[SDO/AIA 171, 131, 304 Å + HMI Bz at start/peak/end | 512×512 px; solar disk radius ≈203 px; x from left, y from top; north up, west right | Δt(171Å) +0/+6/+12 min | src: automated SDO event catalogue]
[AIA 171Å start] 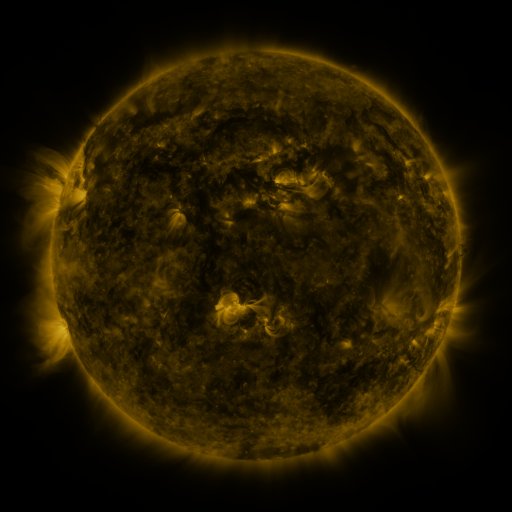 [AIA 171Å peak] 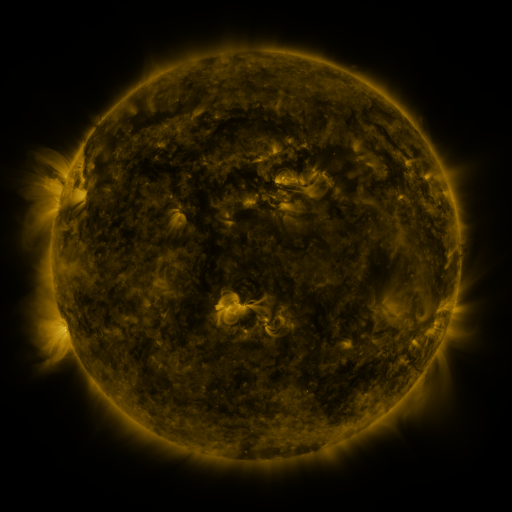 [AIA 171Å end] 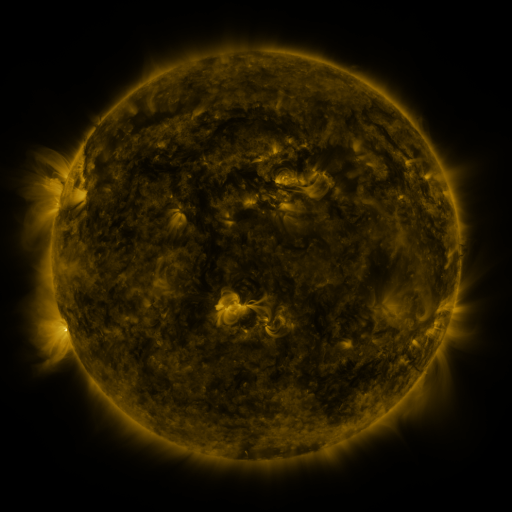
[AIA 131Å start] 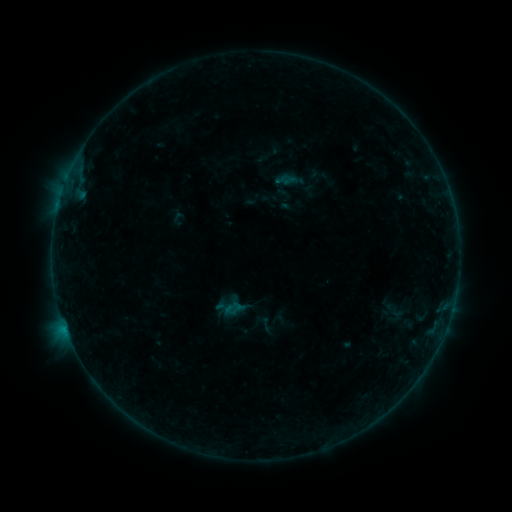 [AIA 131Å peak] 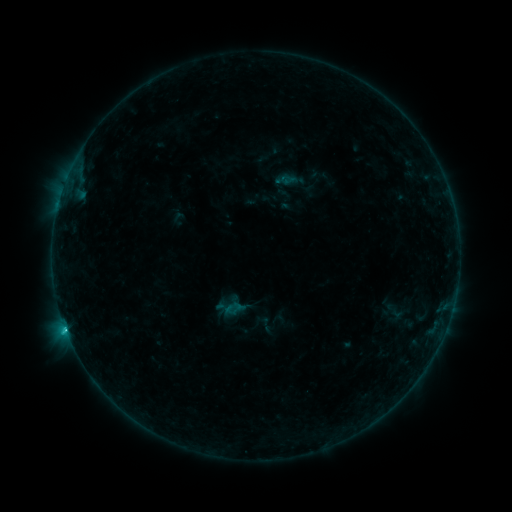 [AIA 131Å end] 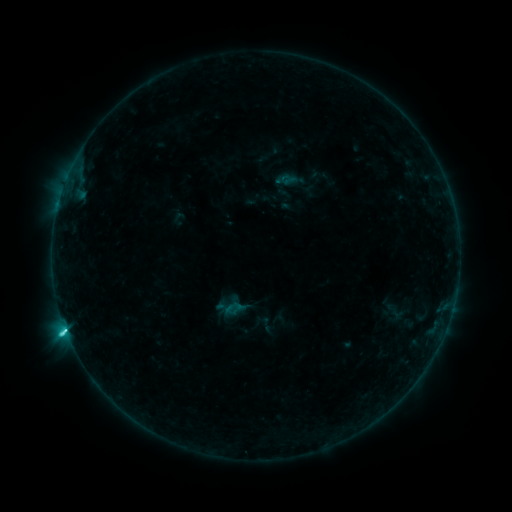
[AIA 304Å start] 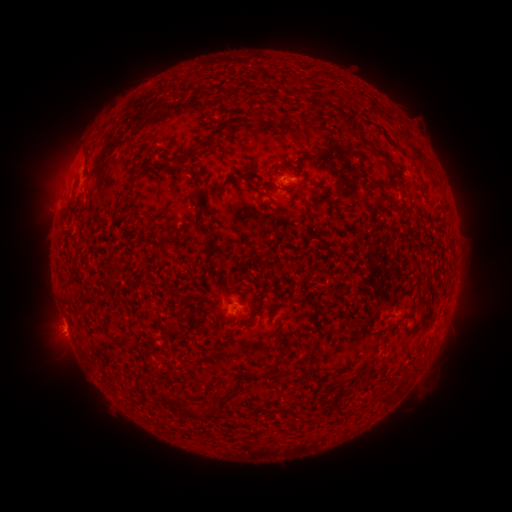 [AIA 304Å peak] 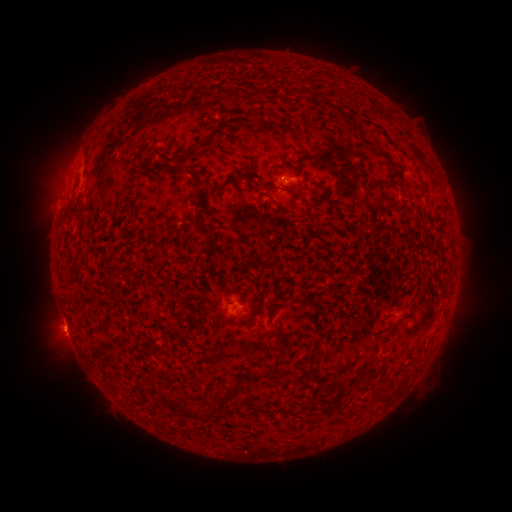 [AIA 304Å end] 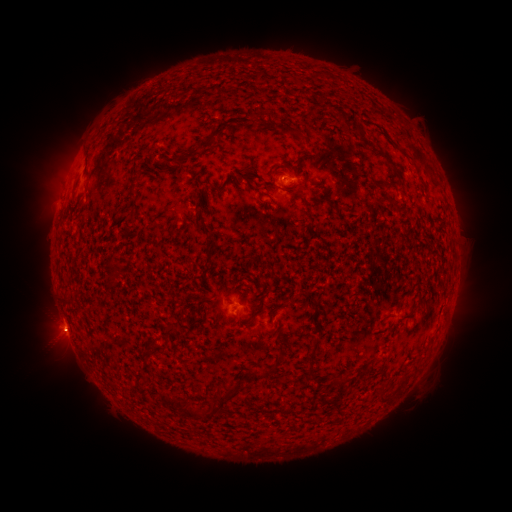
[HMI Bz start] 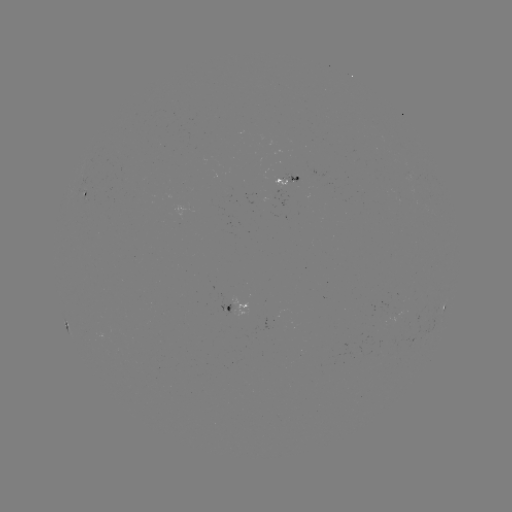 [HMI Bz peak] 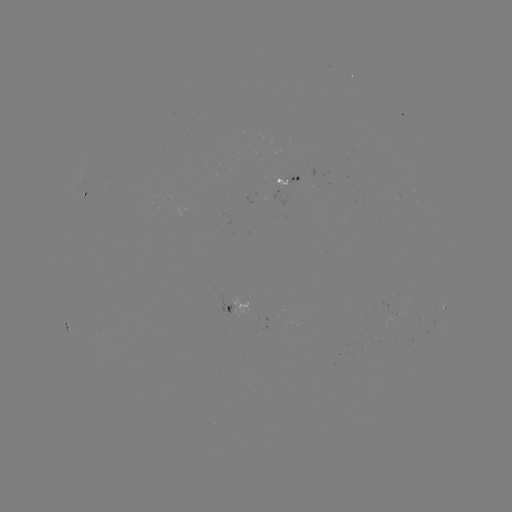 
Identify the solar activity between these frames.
C5.6 flare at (65, 325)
